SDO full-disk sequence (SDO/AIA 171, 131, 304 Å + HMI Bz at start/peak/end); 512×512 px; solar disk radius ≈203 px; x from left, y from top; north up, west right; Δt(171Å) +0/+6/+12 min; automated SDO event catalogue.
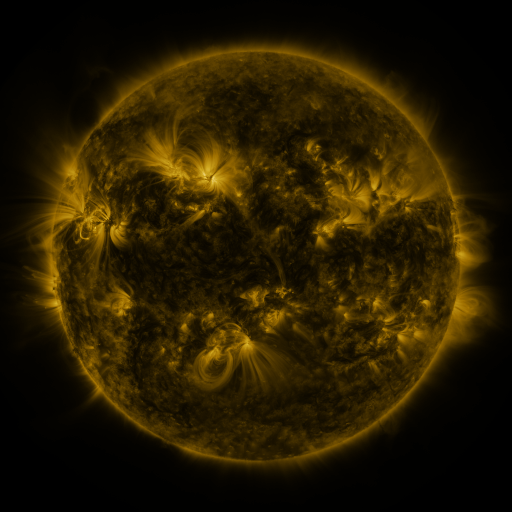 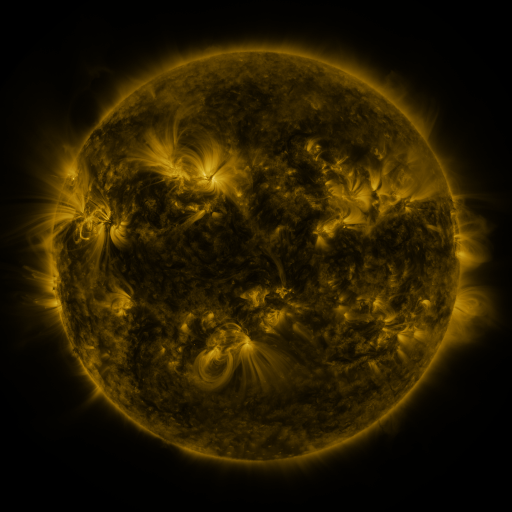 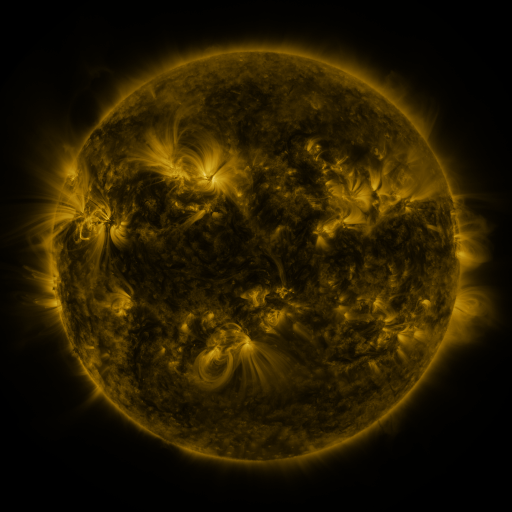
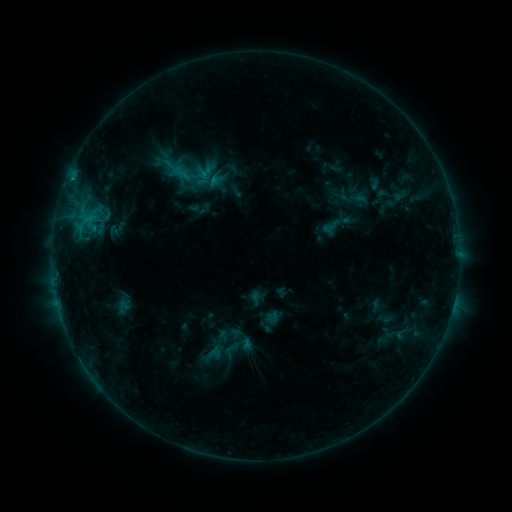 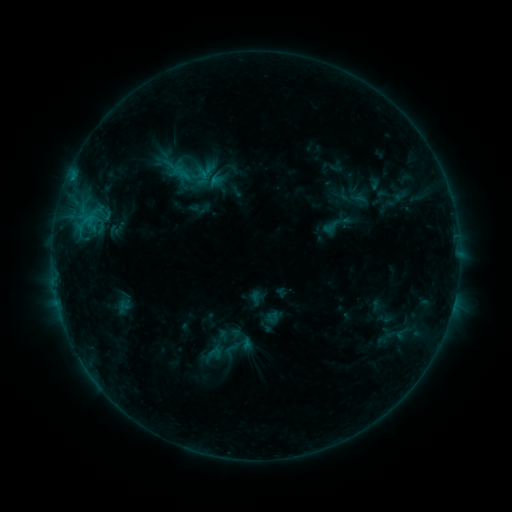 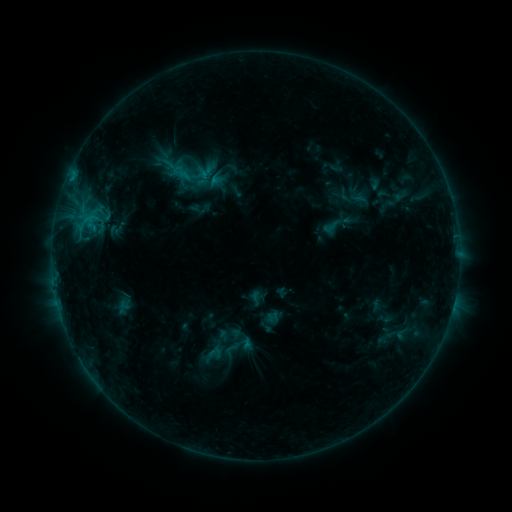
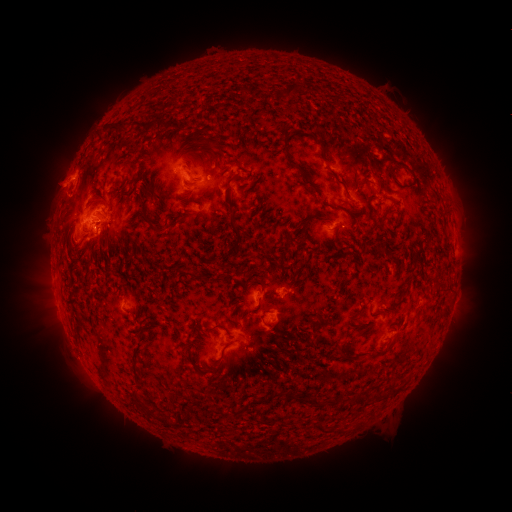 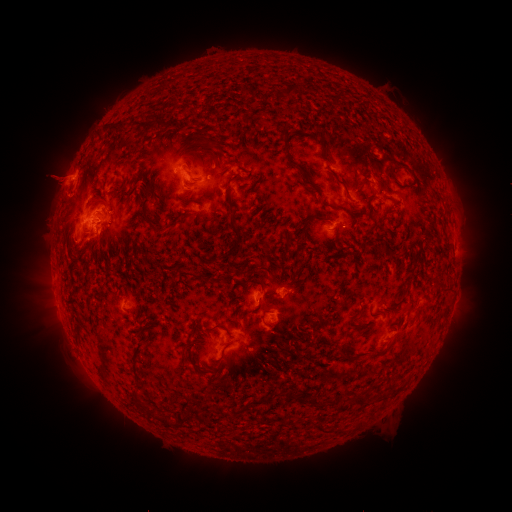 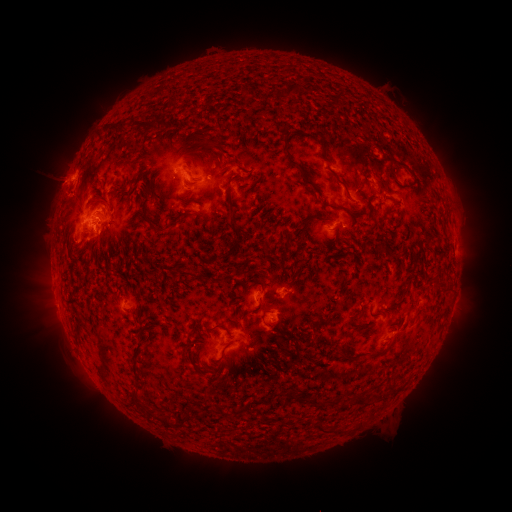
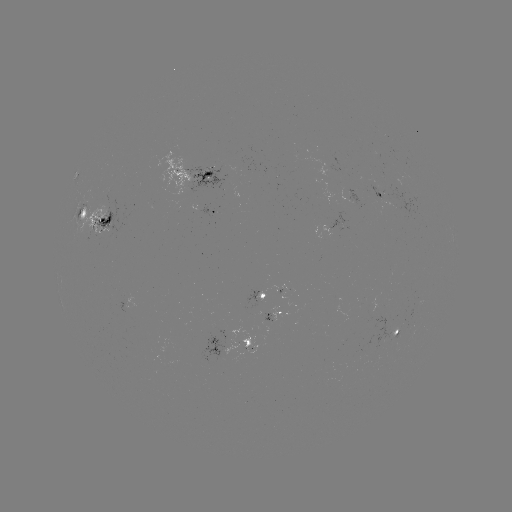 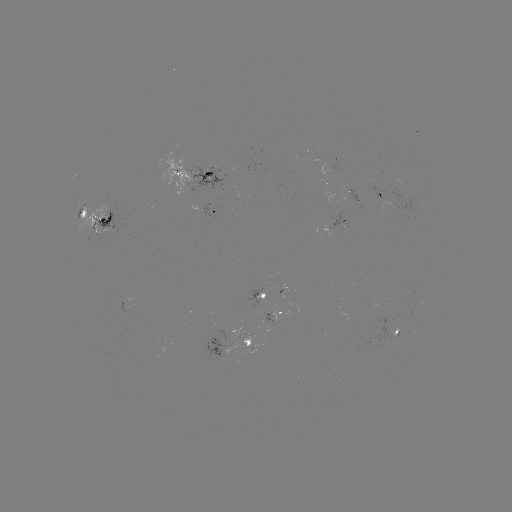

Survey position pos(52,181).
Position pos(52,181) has eruption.